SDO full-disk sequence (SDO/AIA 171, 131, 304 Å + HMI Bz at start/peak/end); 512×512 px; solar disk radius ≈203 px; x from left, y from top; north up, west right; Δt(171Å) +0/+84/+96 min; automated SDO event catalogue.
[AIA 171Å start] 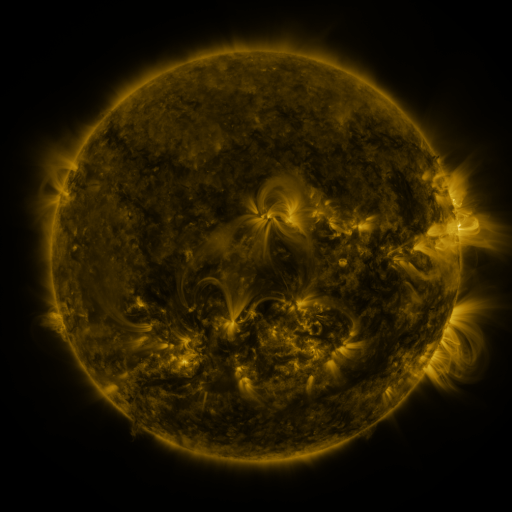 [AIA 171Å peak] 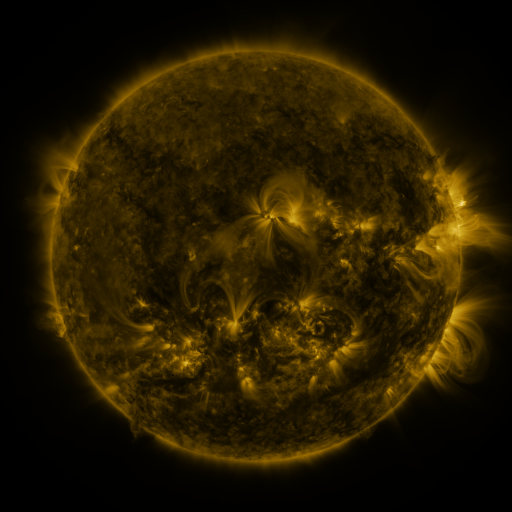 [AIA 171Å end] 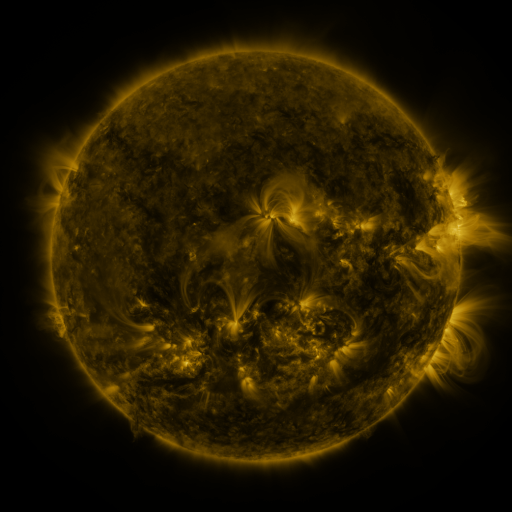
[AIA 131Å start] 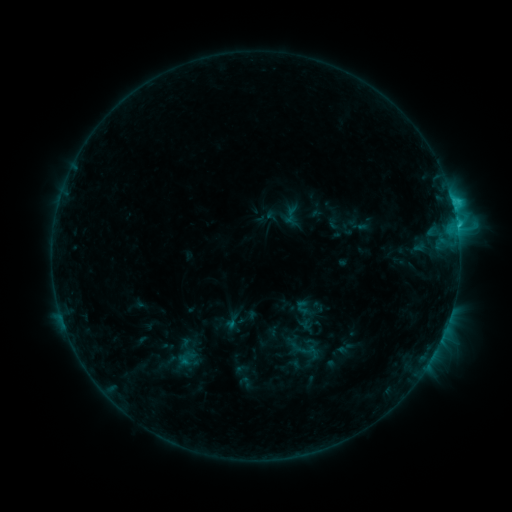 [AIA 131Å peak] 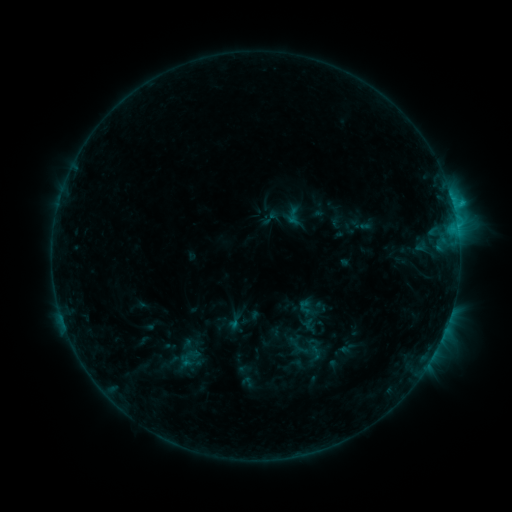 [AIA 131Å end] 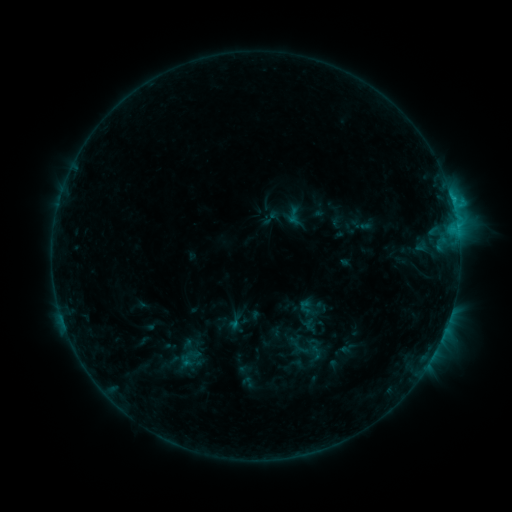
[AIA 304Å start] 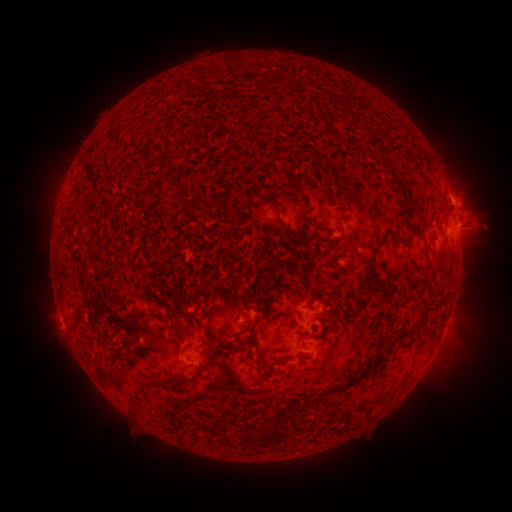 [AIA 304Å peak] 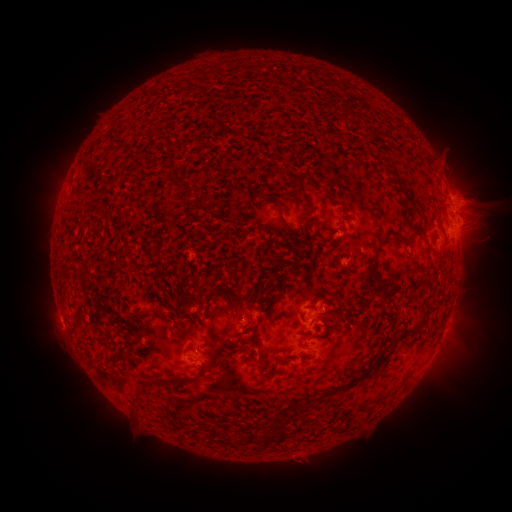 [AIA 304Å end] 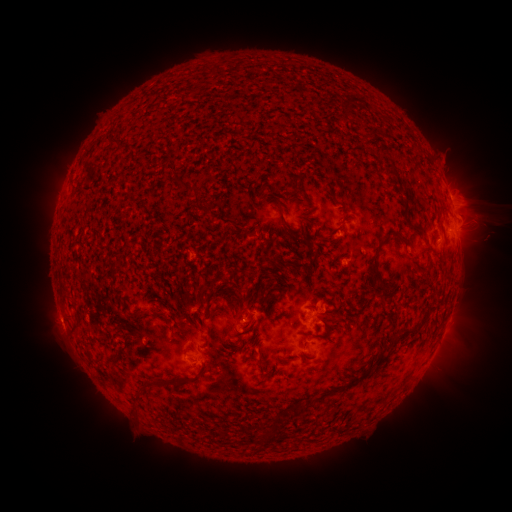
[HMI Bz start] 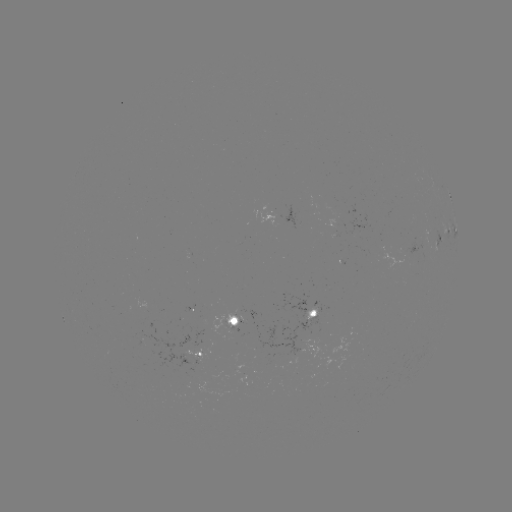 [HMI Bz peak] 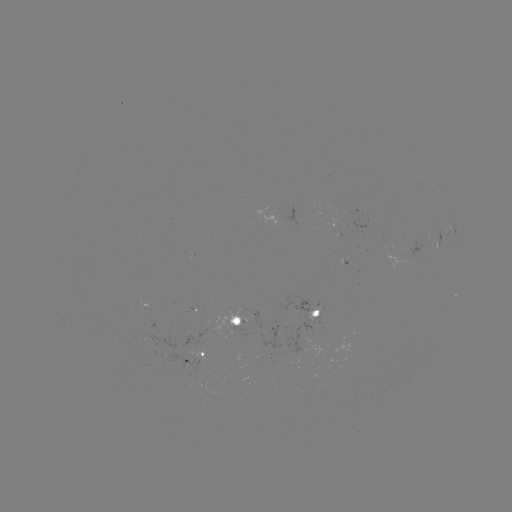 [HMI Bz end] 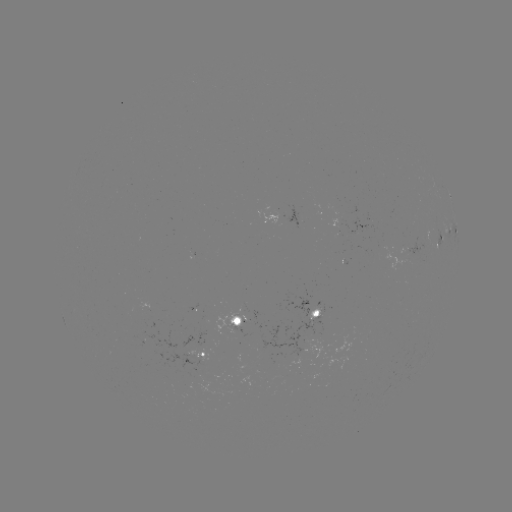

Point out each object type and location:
emerging-flux region: (237, 325)
